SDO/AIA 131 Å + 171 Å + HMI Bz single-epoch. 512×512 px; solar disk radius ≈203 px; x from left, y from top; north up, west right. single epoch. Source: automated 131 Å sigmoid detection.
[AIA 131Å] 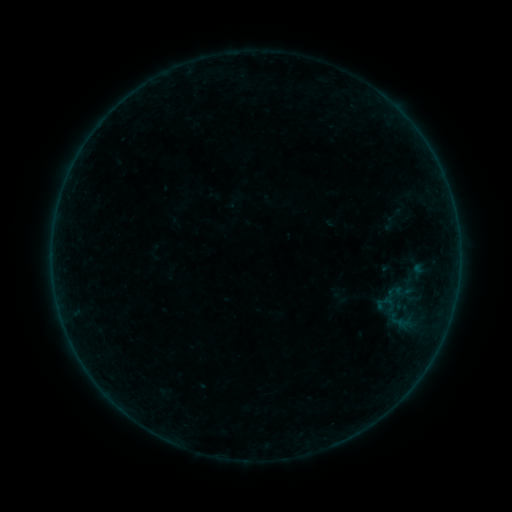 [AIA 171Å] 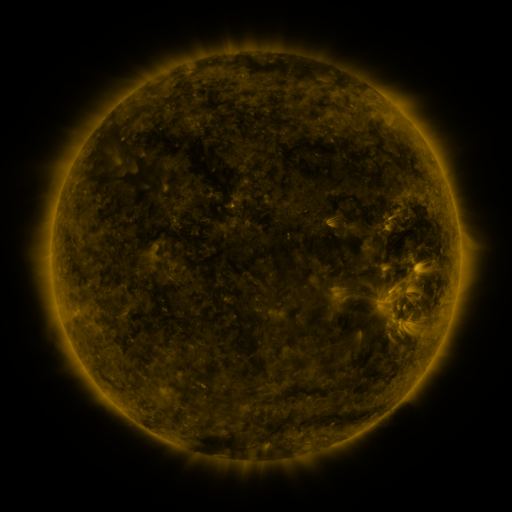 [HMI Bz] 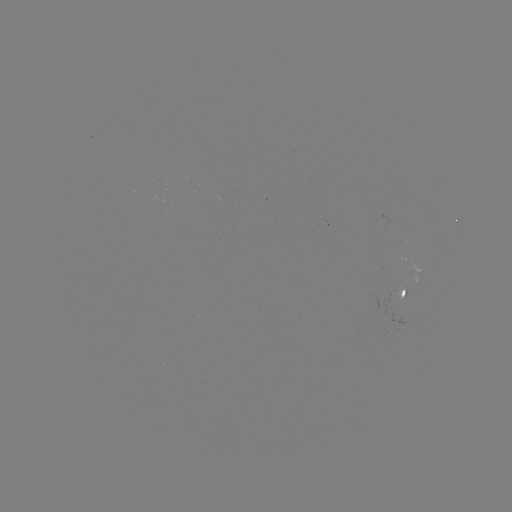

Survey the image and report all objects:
sigmoid: (396, 214)
sigmoid: (401, 312)
